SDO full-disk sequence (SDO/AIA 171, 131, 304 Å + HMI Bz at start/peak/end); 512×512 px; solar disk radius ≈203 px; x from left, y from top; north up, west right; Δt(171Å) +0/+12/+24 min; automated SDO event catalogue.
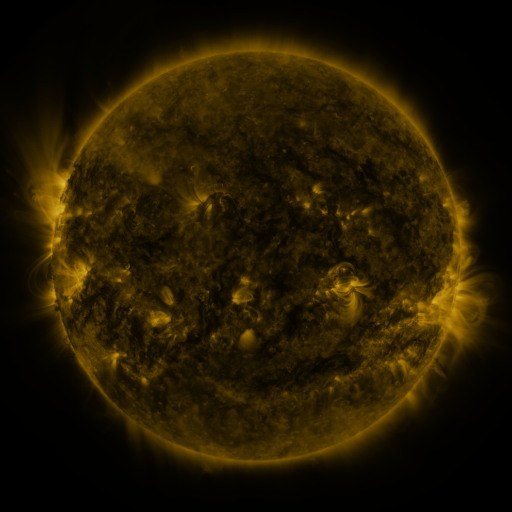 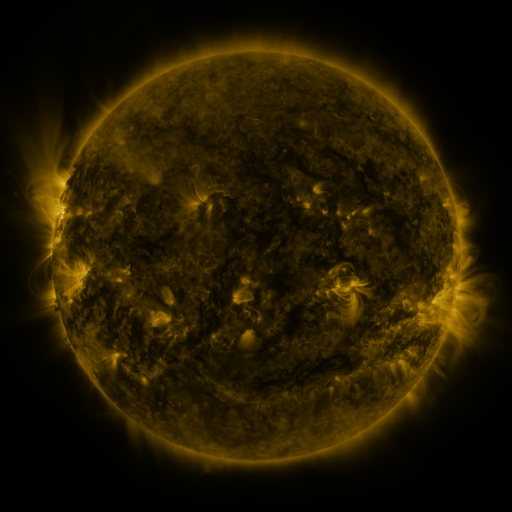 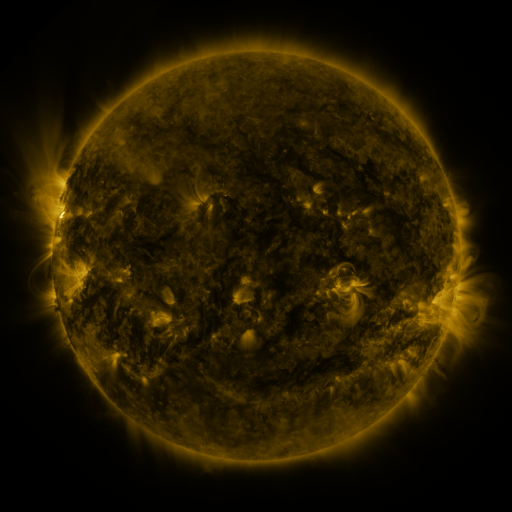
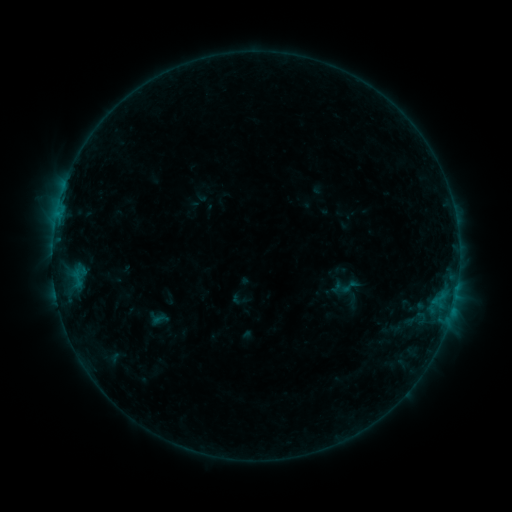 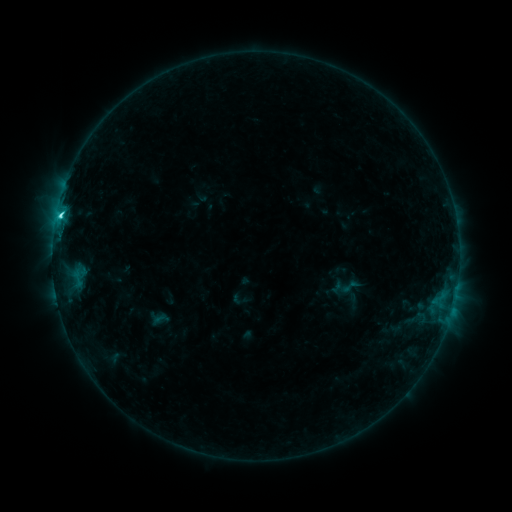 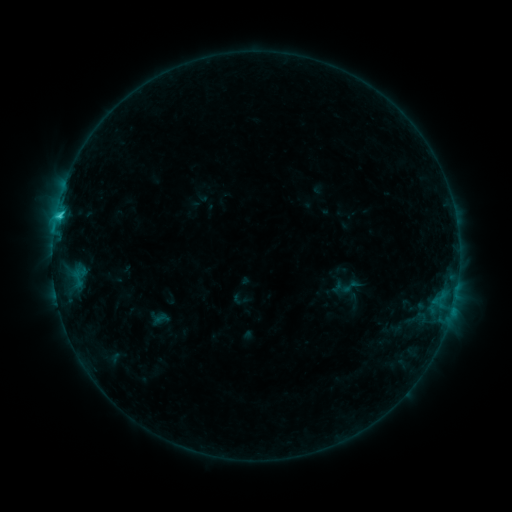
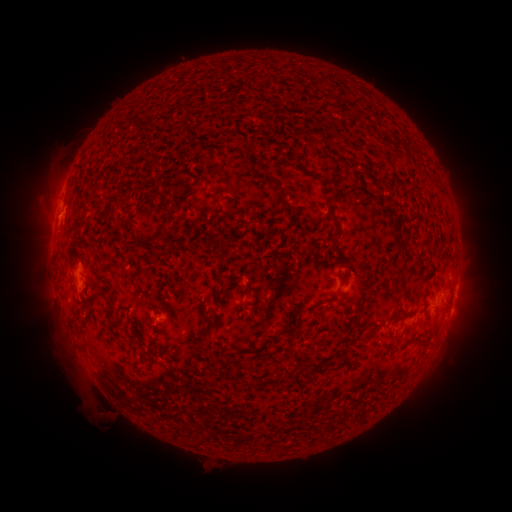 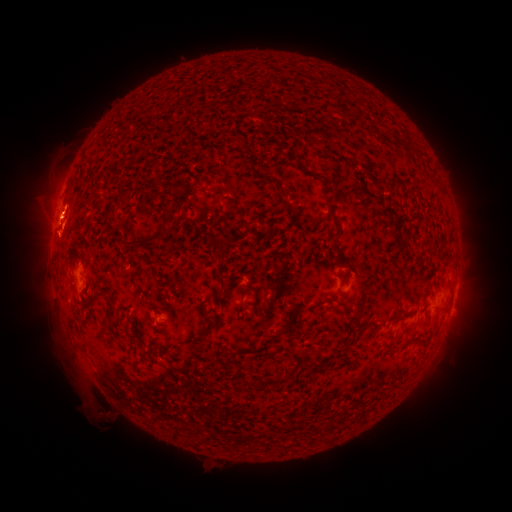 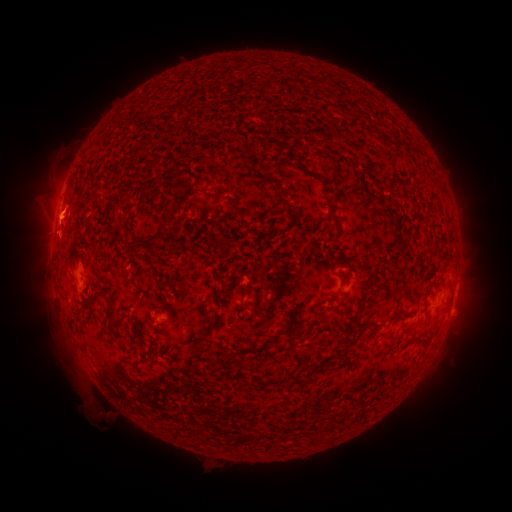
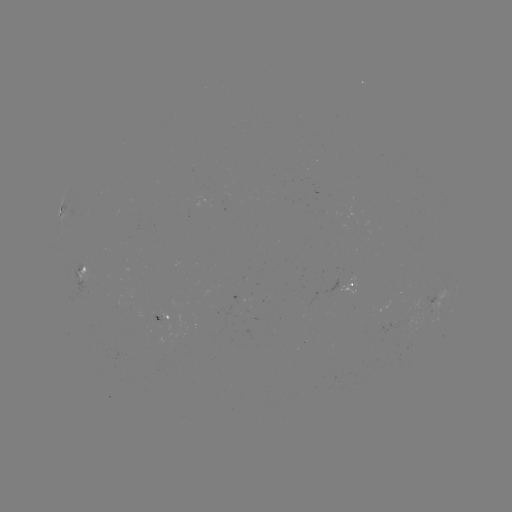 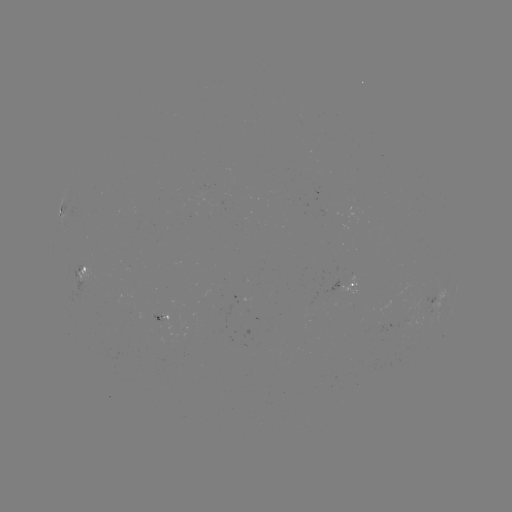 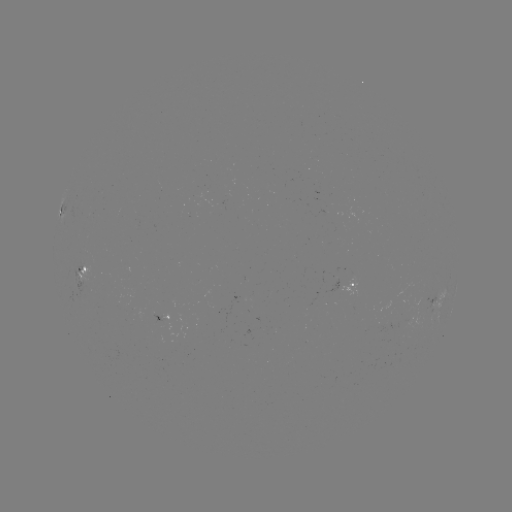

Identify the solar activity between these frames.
C2.4 flare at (60, 216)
